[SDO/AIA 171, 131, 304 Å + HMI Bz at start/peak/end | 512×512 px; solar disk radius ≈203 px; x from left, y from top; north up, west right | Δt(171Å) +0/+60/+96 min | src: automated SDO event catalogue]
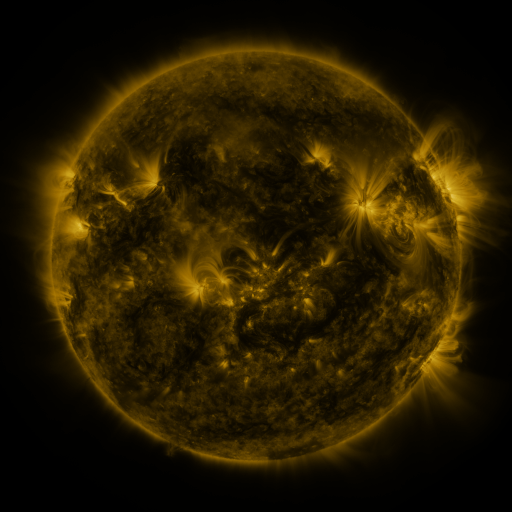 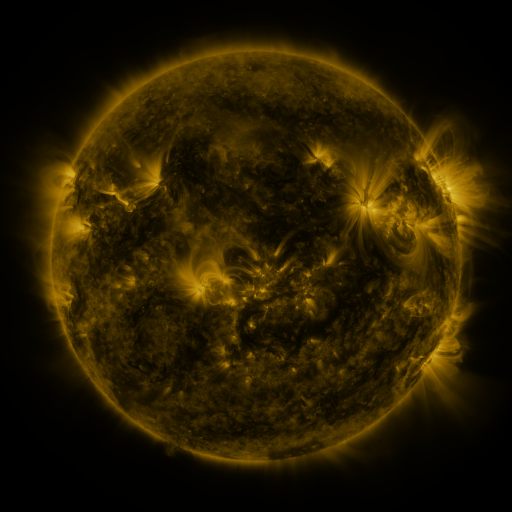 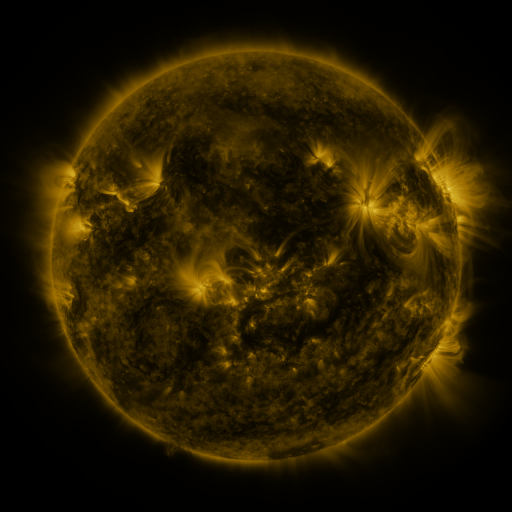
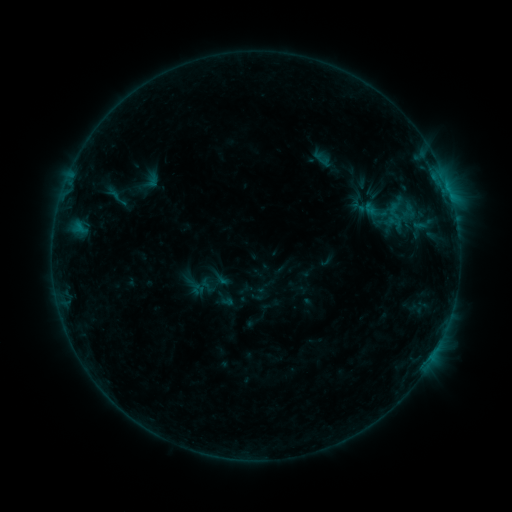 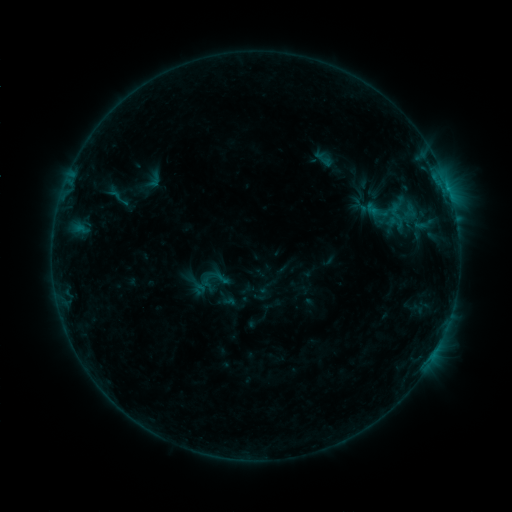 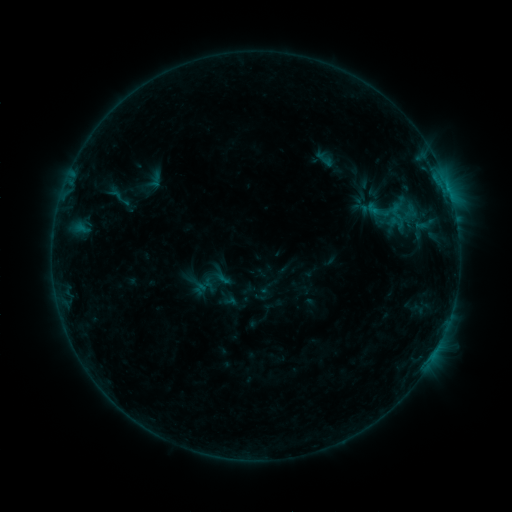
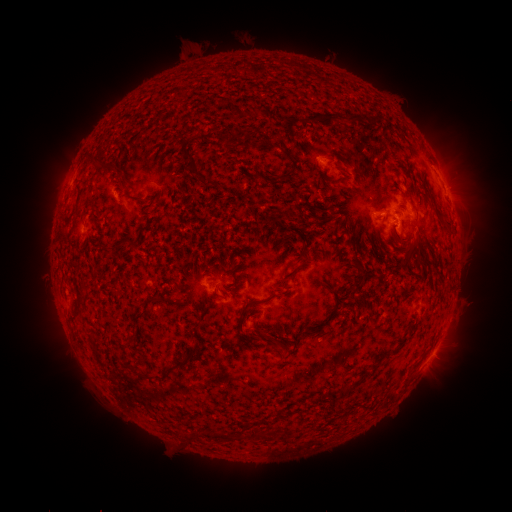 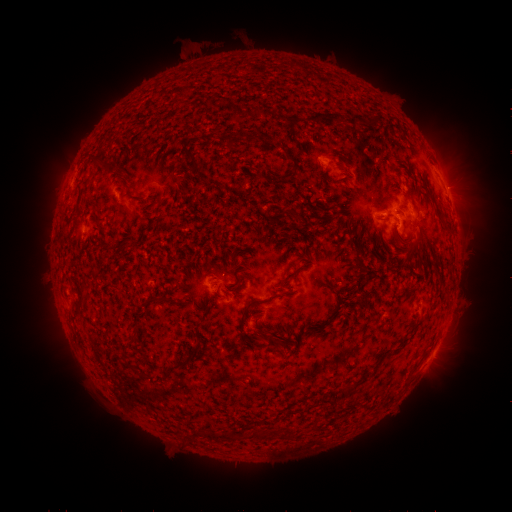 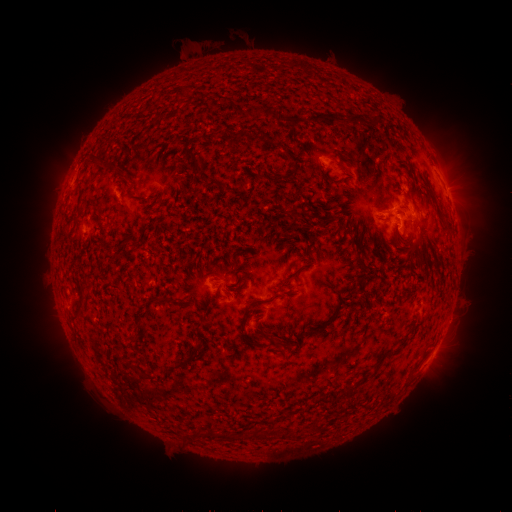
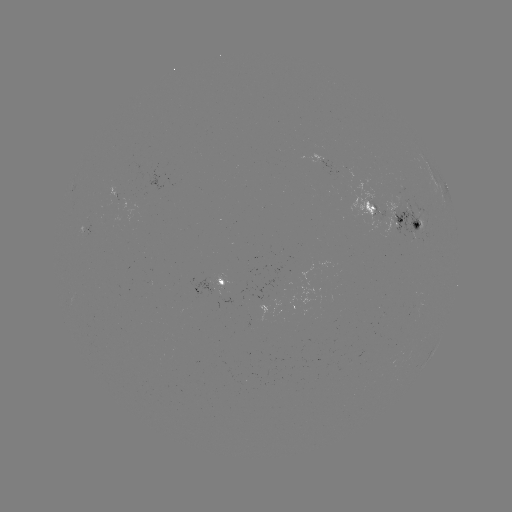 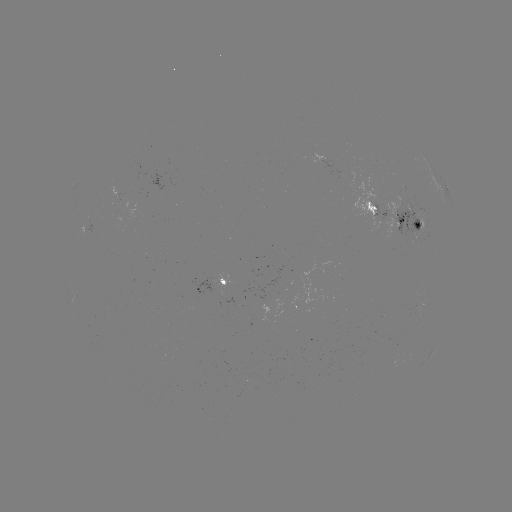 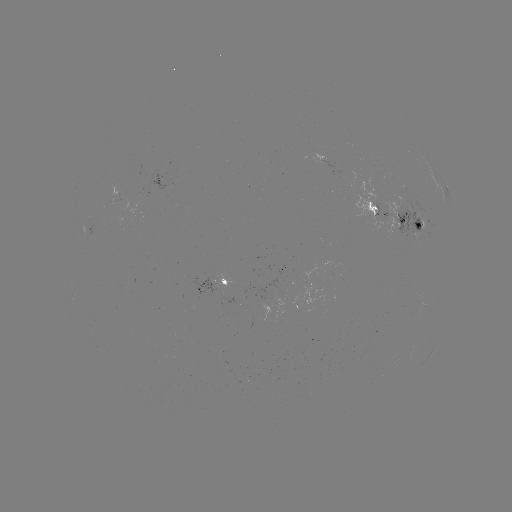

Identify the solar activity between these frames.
emerging-flux region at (387, 214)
